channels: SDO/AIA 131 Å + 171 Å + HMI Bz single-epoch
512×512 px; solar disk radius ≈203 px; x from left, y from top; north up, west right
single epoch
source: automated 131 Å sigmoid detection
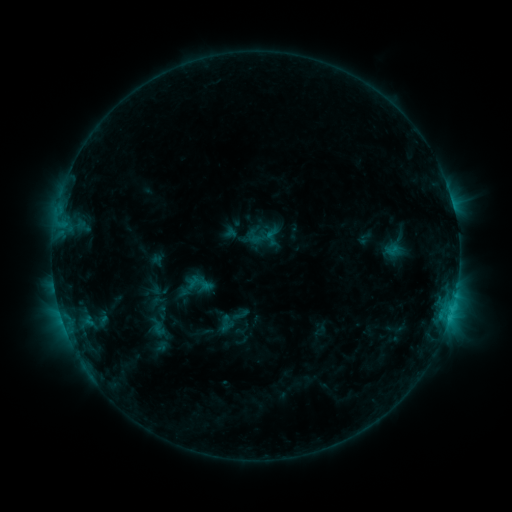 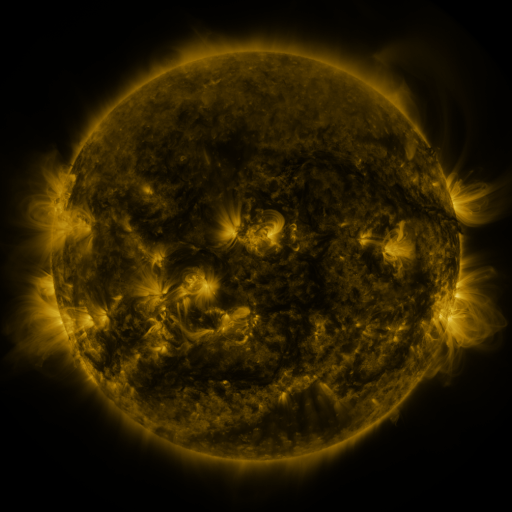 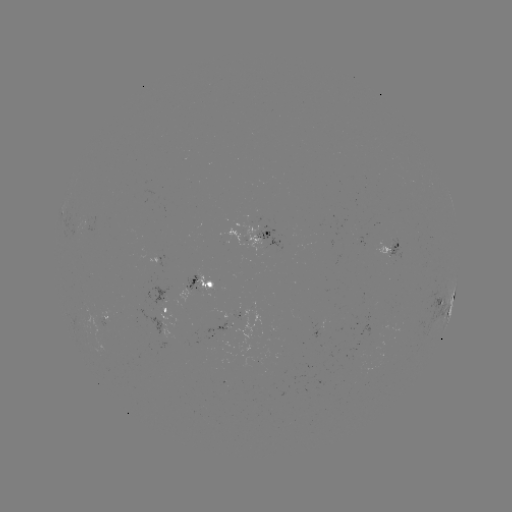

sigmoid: [215, 314, 234, 333]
